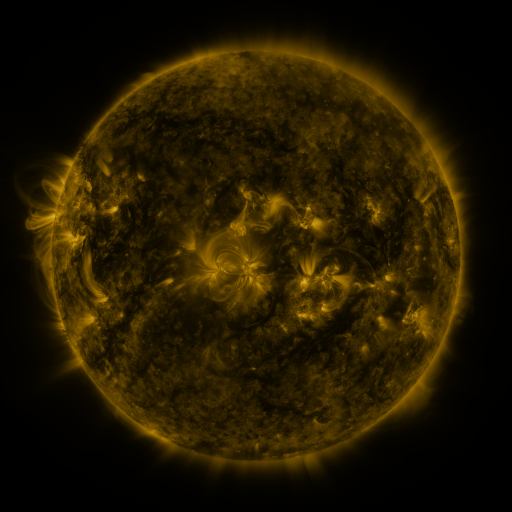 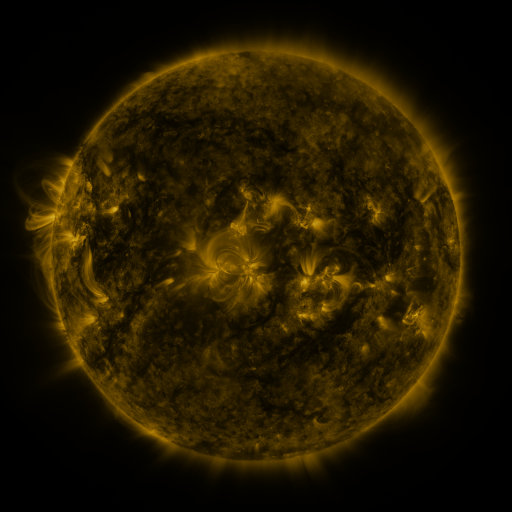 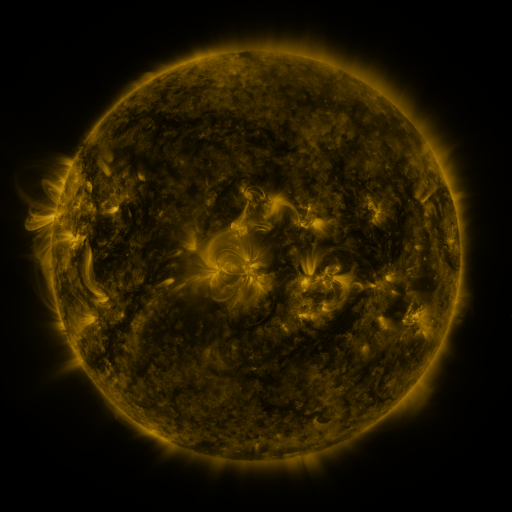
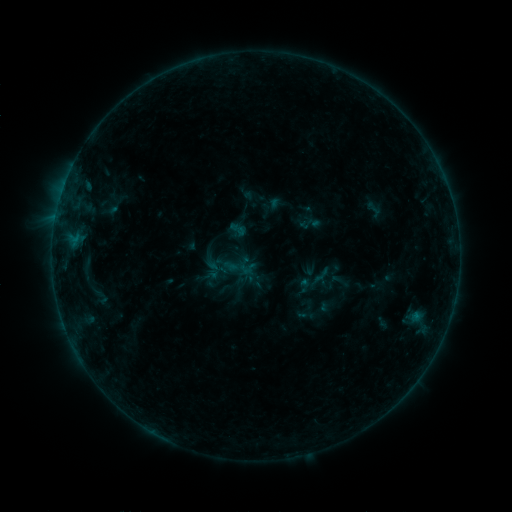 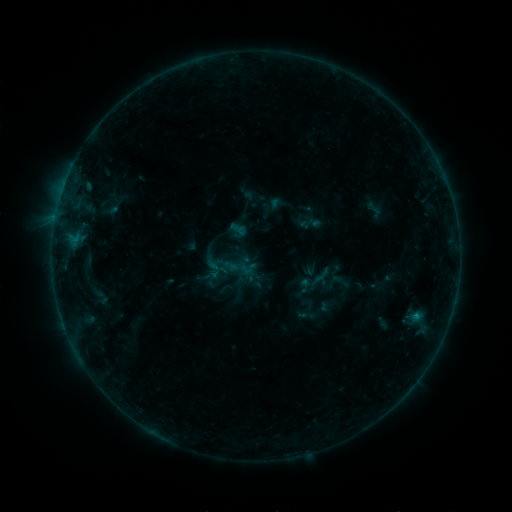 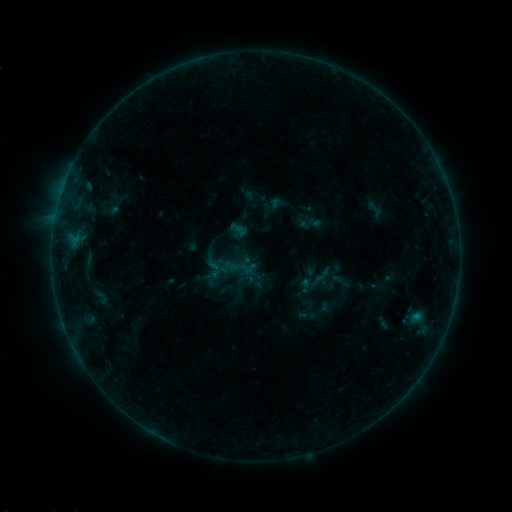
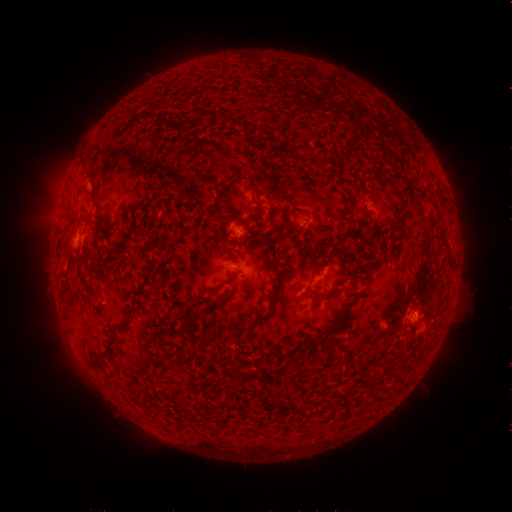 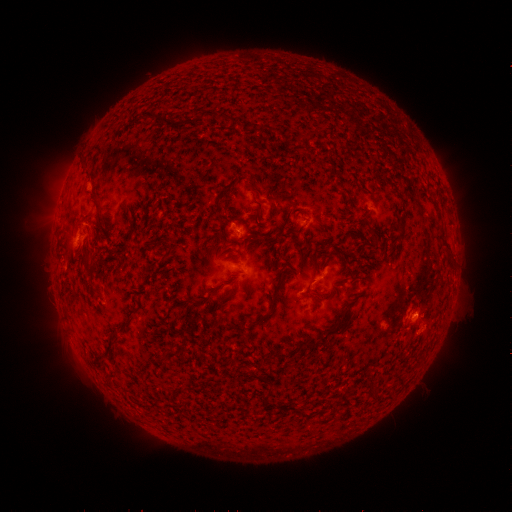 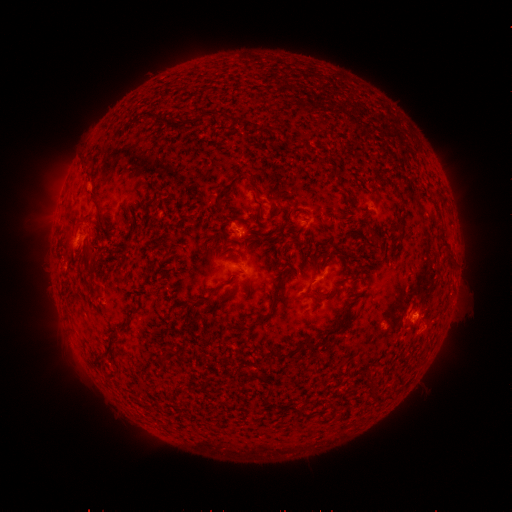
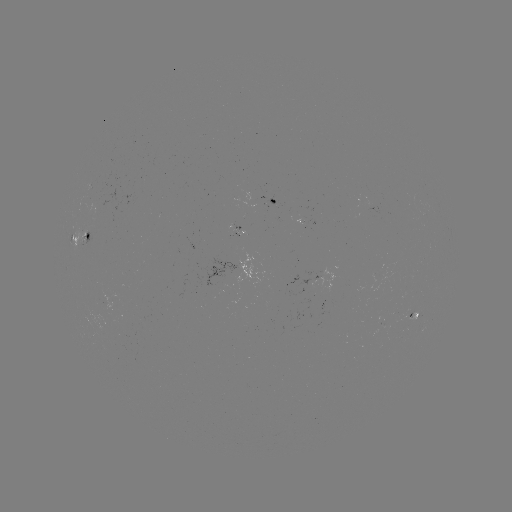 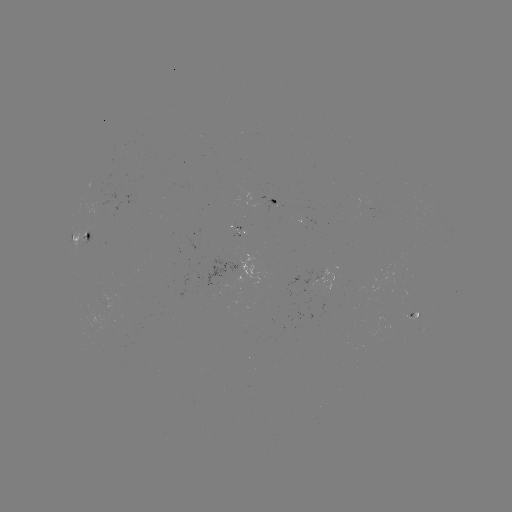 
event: flare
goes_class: B4.2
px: (415, 315)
